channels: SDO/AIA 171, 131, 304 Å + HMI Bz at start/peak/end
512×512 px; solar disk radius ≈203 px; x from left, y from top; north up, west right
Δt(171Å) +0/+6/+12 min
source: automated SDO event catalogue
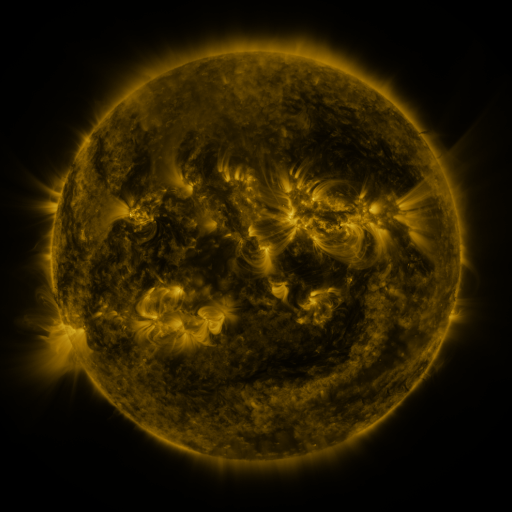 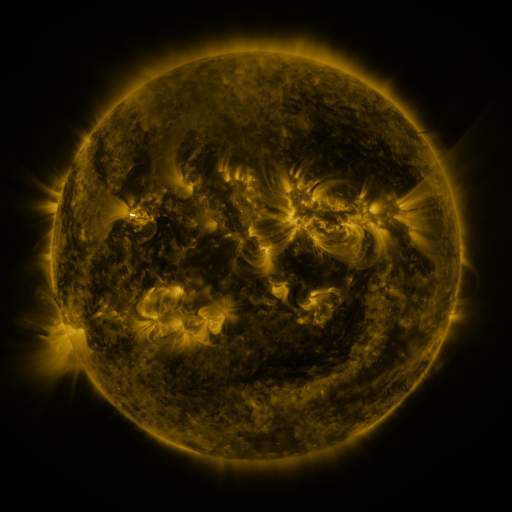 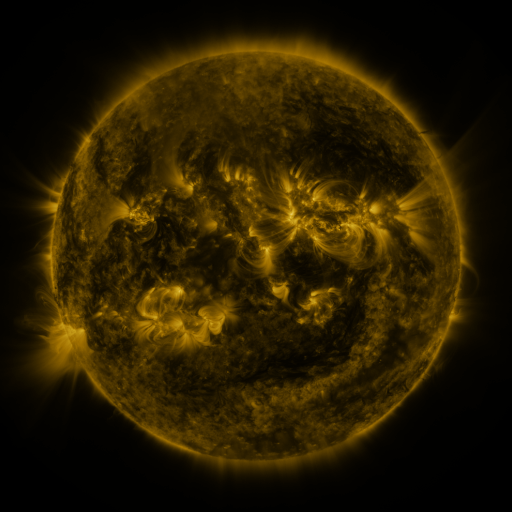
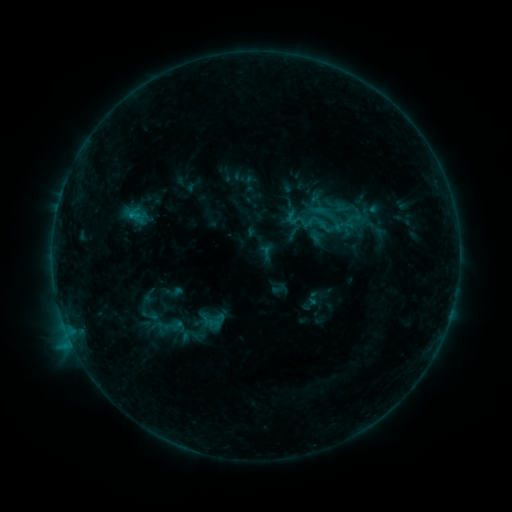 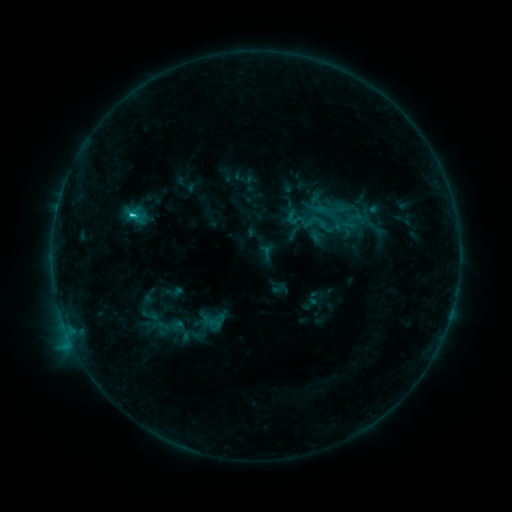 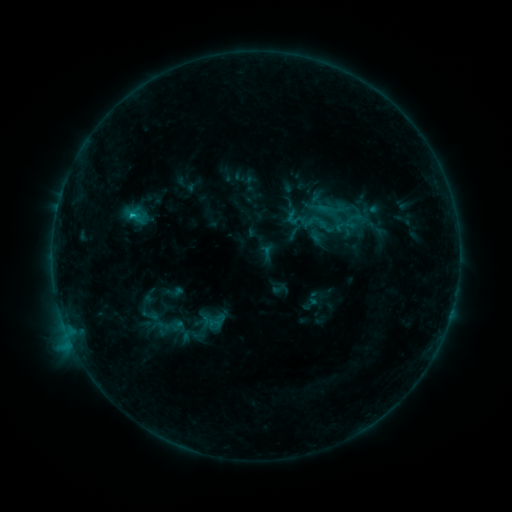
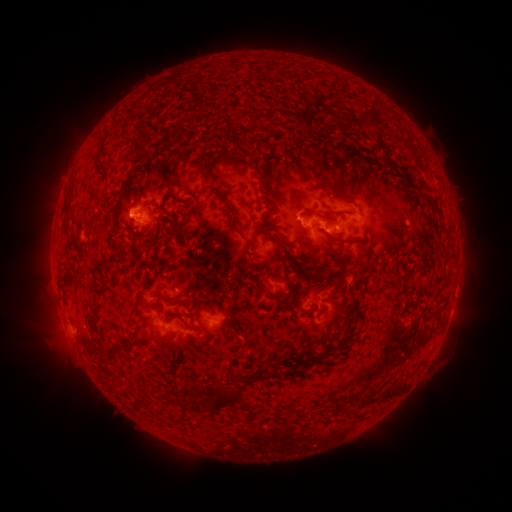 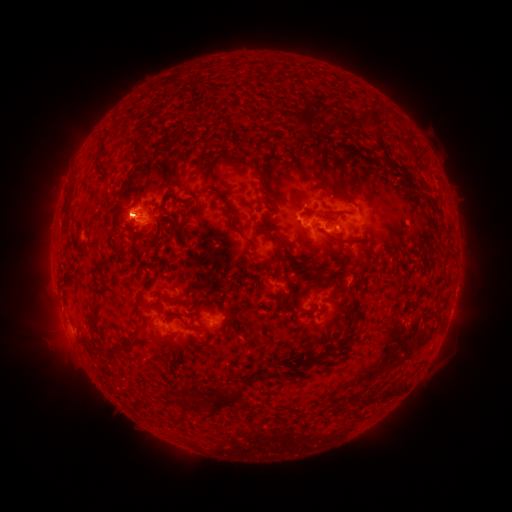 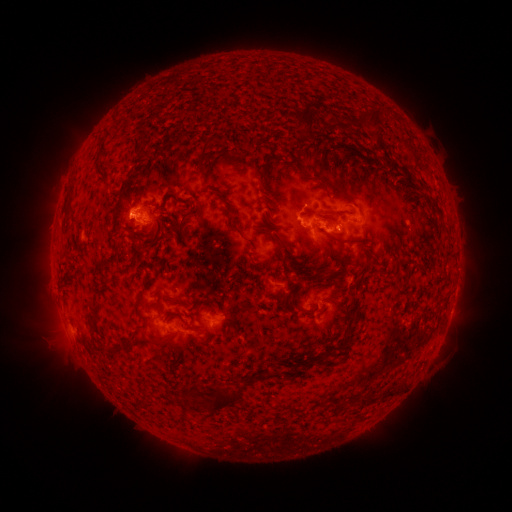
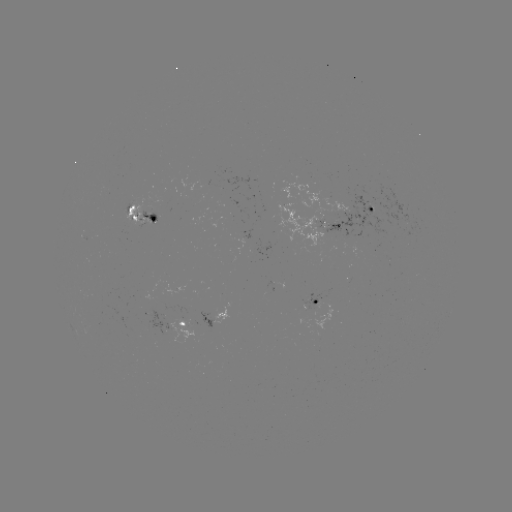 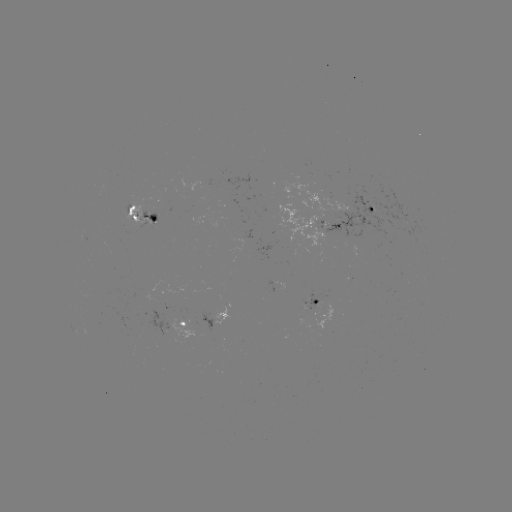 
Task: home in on C2.2 flare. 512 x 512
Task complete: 134,216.